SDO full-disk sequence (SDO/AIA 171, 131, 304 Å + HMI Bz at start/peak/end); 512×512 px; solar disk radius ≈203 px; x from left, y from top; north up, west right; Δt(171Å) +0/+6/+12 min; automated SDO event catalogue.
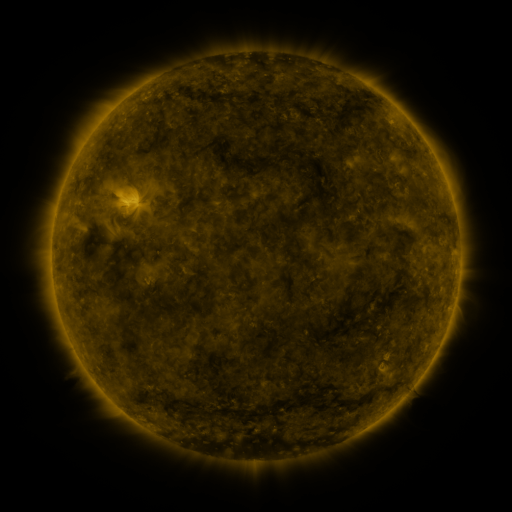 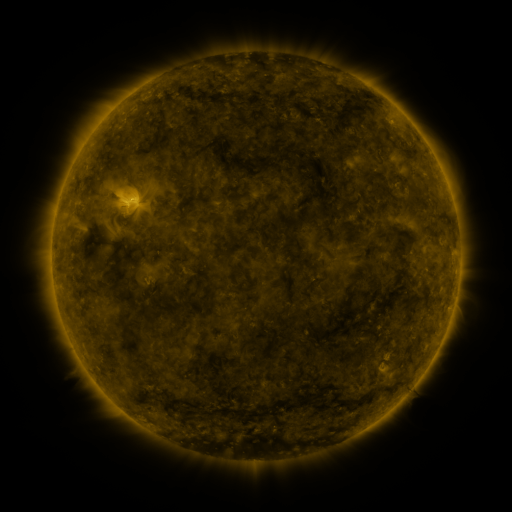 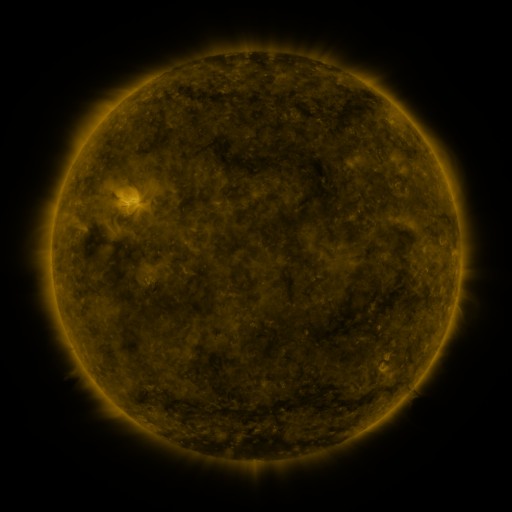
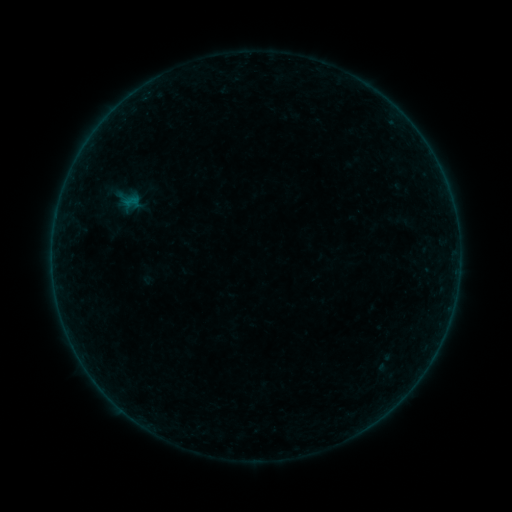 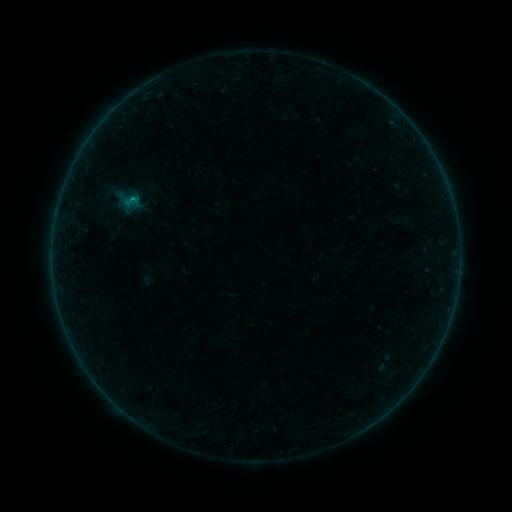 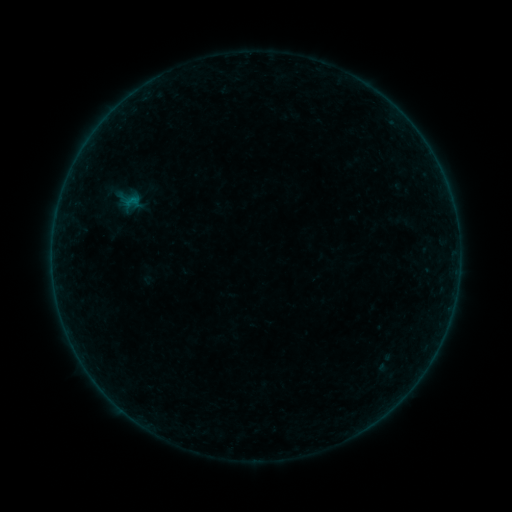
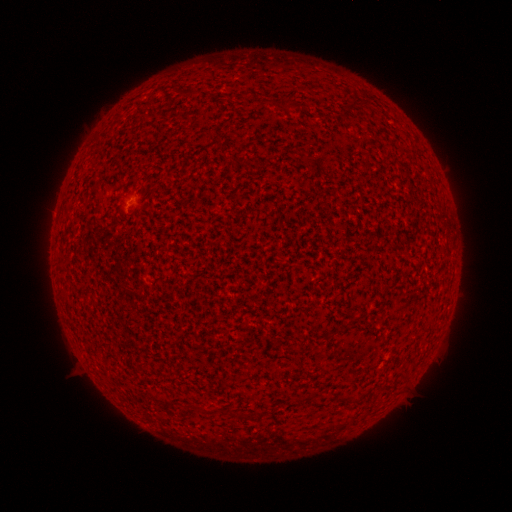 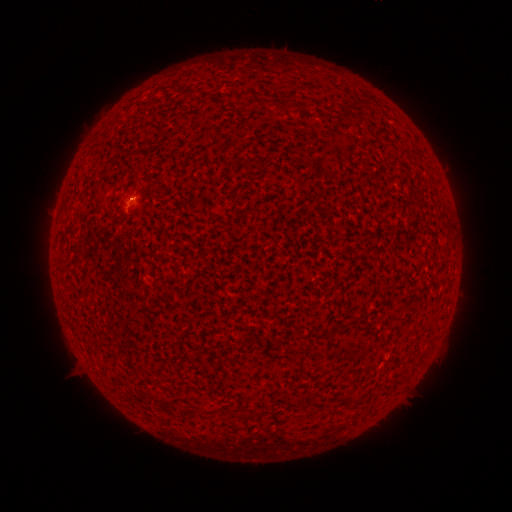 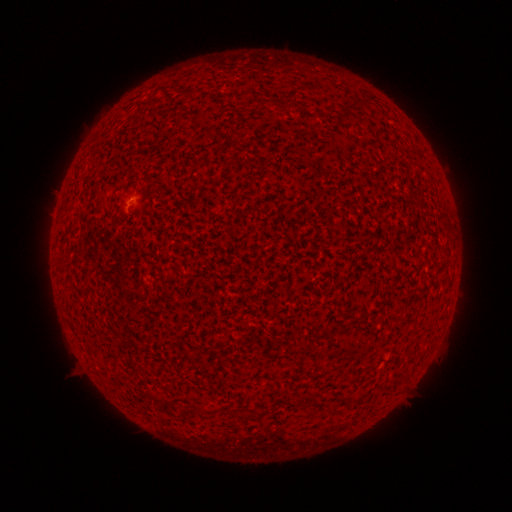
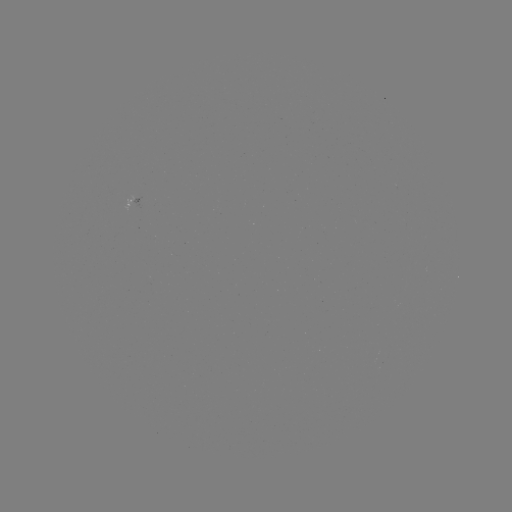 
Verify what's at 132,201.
B1.0 flare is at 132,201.